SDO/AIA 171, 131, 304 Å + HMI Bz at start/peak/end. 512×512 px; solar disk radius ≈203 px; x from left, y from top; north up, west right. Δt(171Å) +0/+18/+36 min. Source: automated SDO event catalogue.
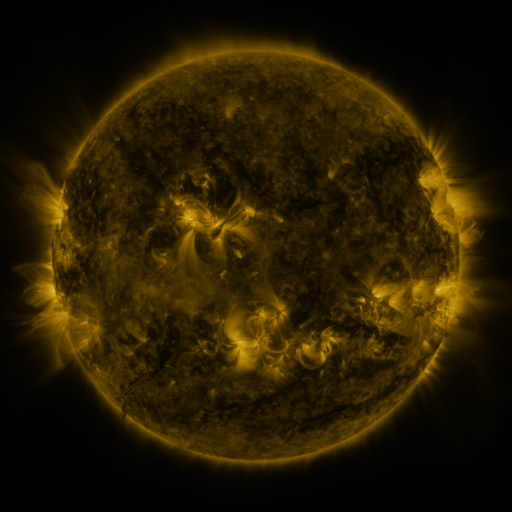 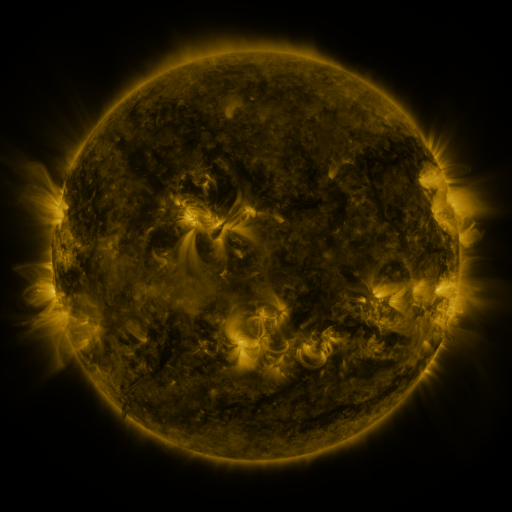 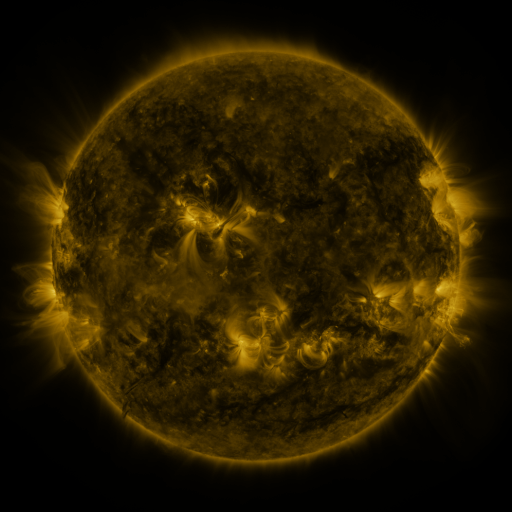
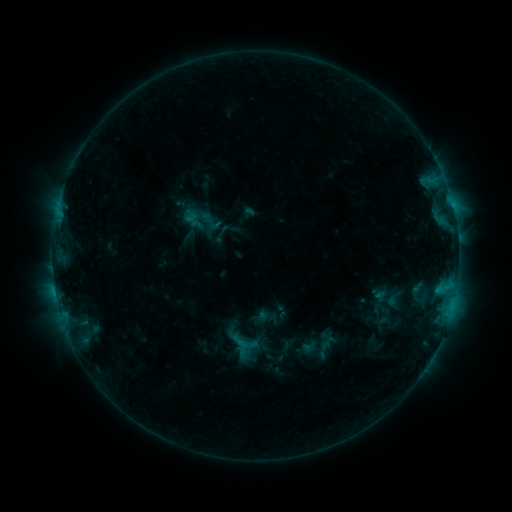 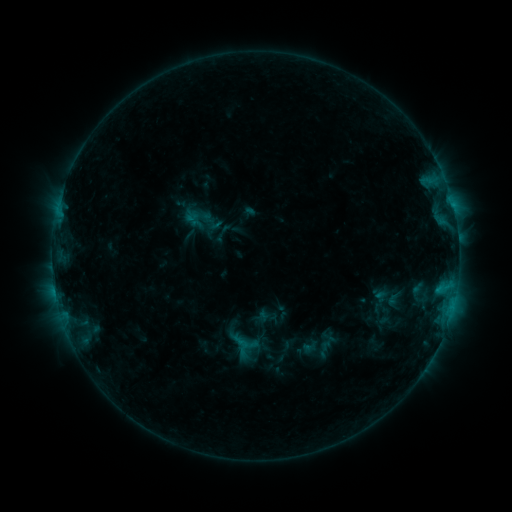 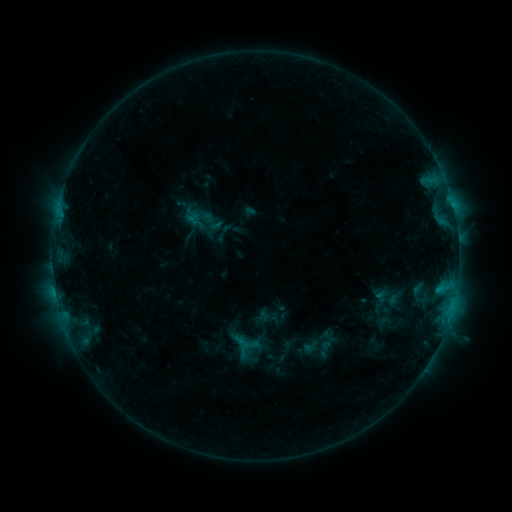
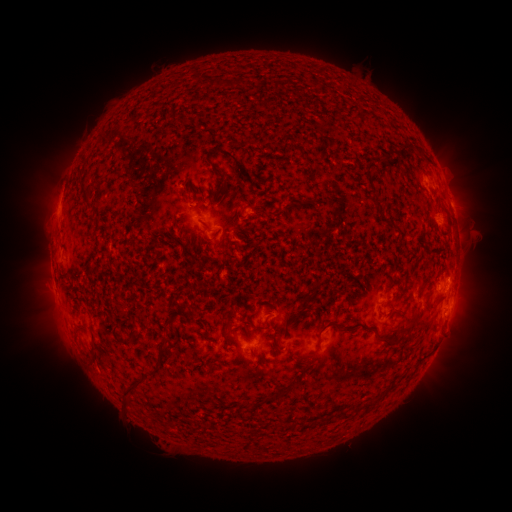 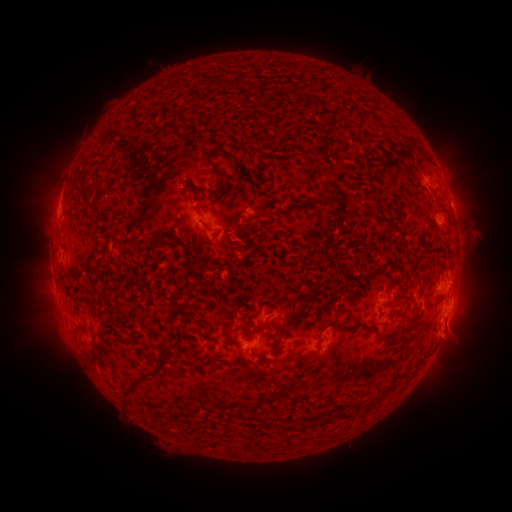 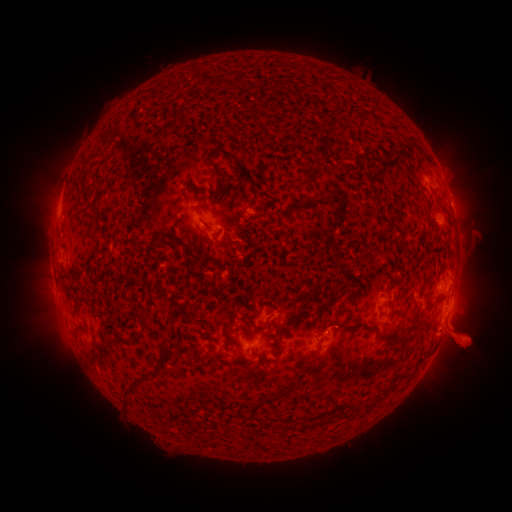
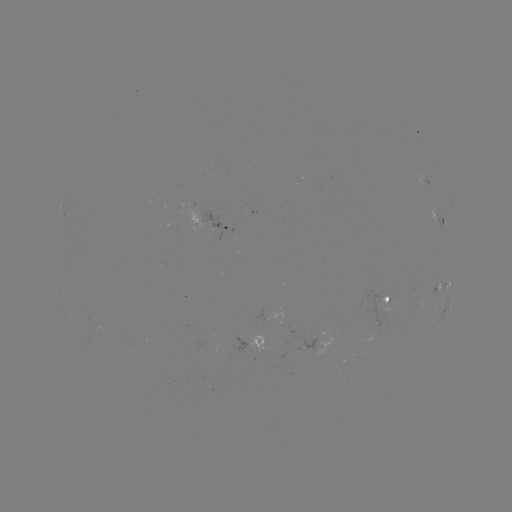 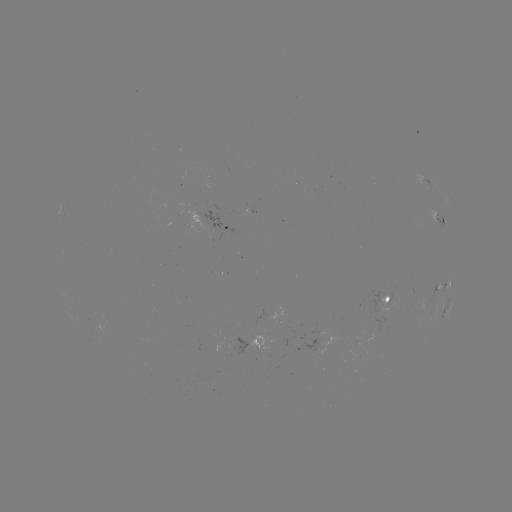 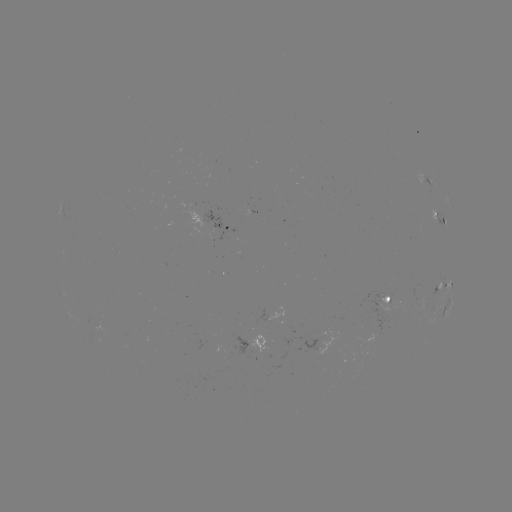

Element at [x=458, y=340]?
eruption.